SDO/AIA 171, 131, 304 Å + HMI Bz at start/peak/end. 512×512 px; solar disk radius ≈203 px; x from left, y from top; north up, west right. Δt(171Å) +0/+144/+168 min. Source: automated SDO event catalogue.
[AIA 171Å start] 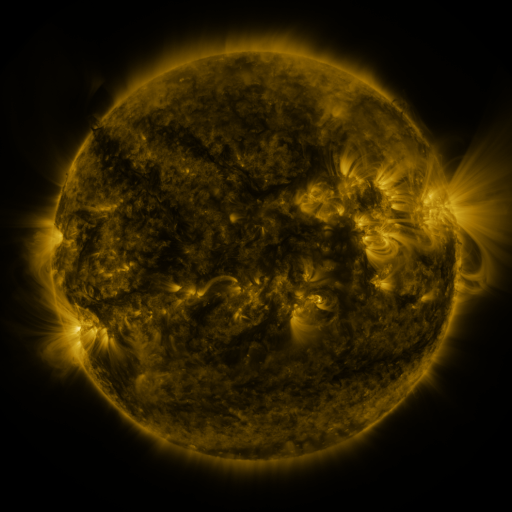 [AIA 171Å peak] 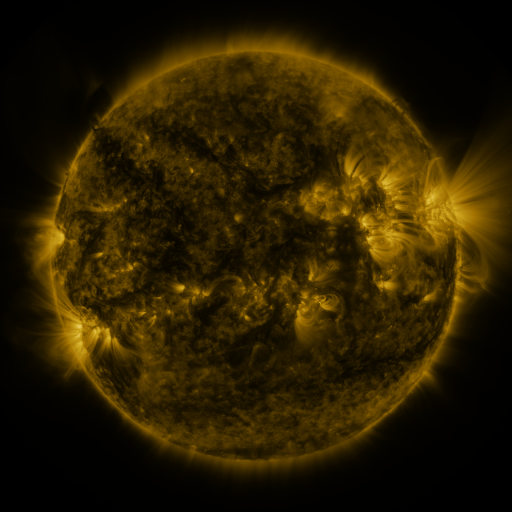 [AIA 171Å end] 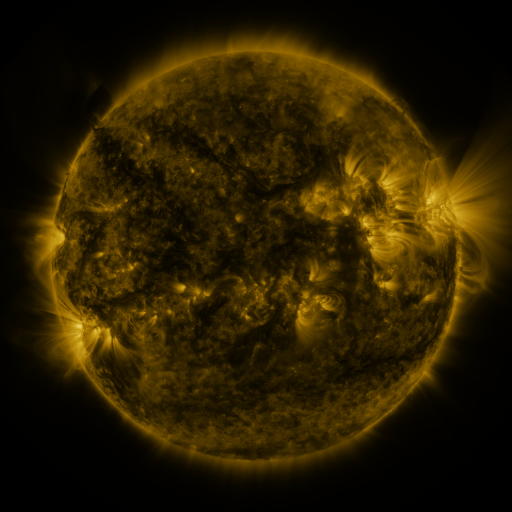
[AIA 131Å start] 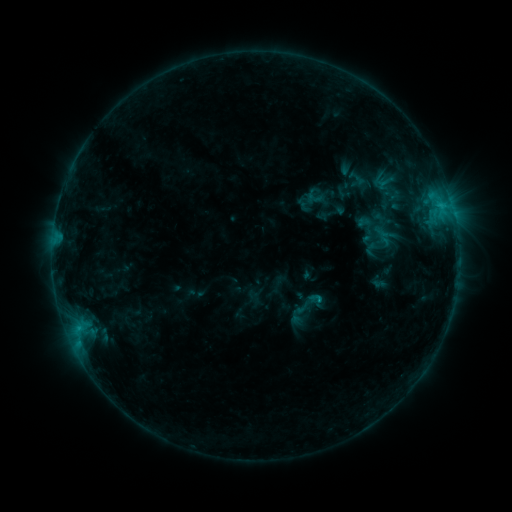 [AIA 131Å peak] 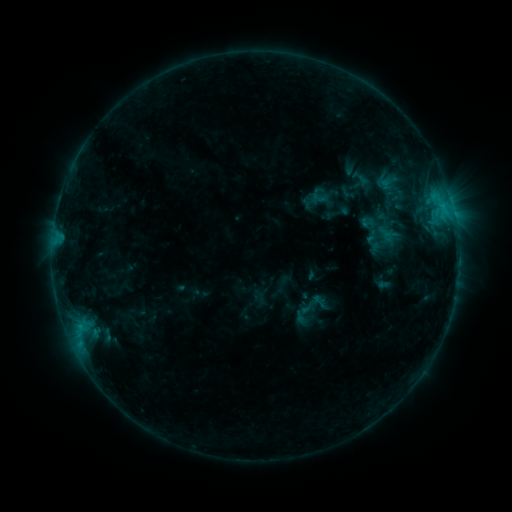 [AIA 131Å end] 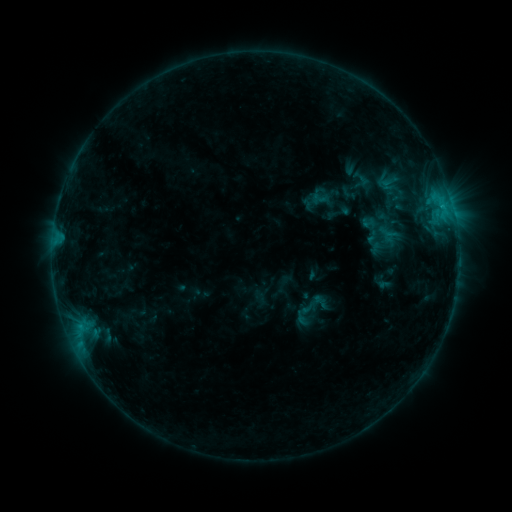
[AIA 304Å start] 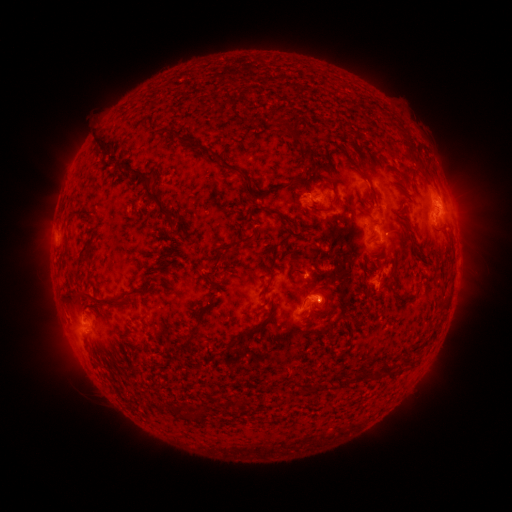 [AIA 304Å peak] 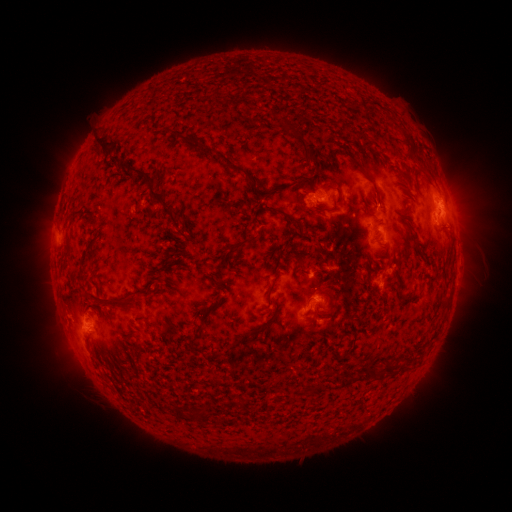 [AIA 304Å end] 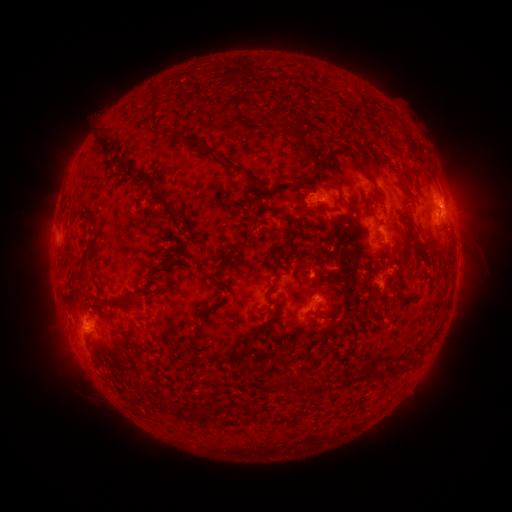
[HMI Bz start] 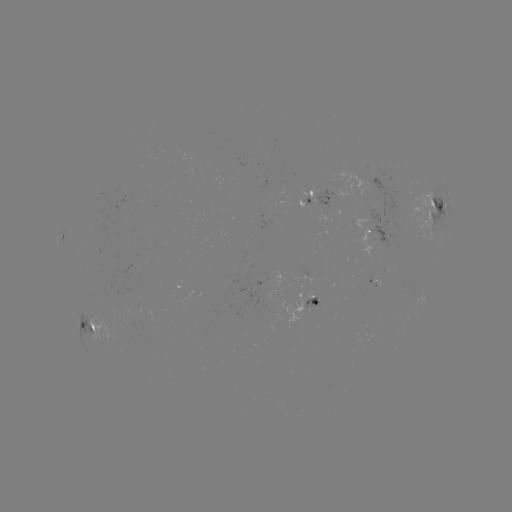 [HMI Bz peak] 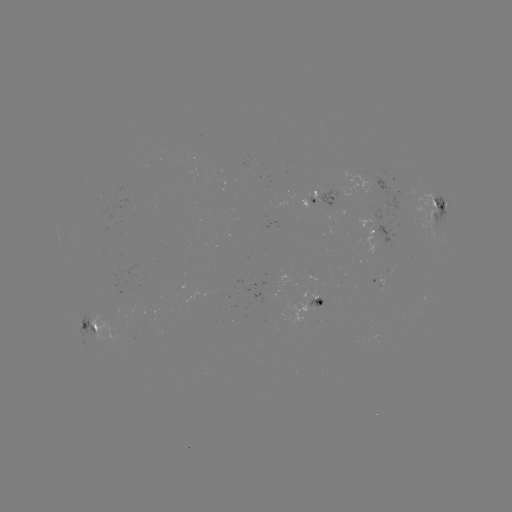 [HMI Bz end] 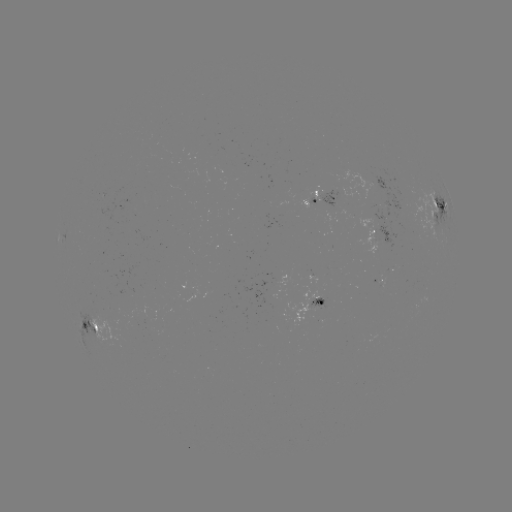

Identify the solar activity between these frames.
emerging-flux region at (310, 199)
